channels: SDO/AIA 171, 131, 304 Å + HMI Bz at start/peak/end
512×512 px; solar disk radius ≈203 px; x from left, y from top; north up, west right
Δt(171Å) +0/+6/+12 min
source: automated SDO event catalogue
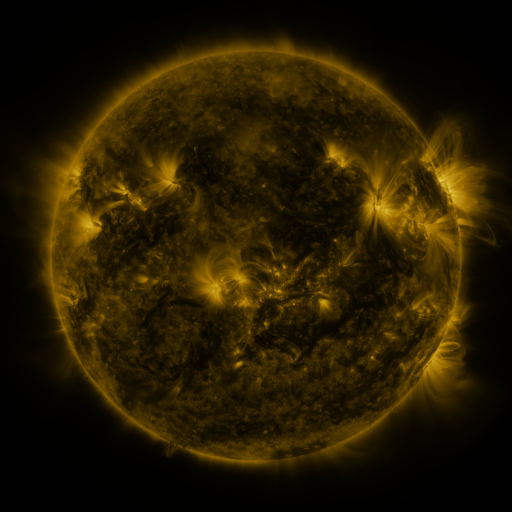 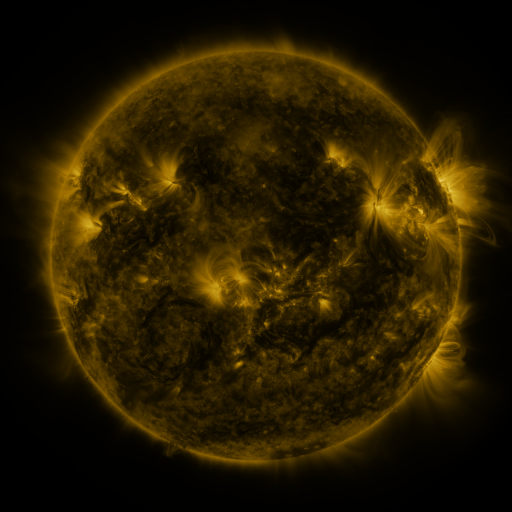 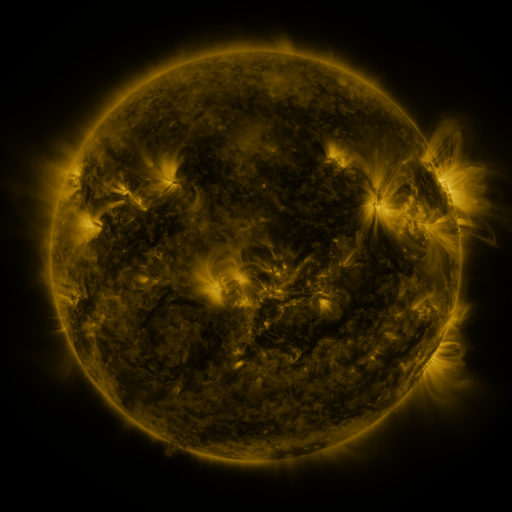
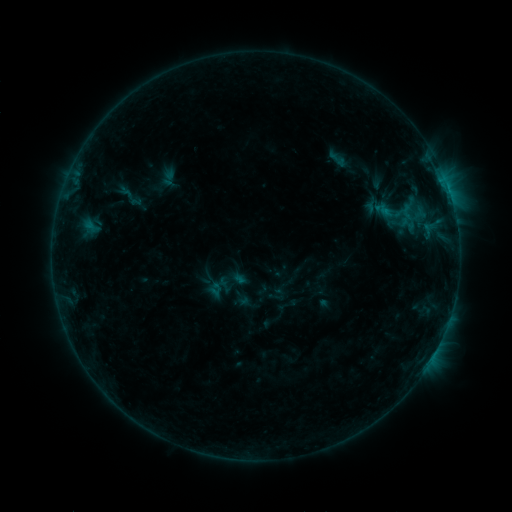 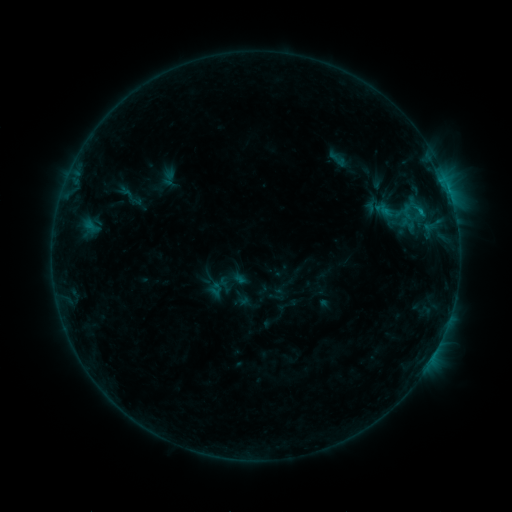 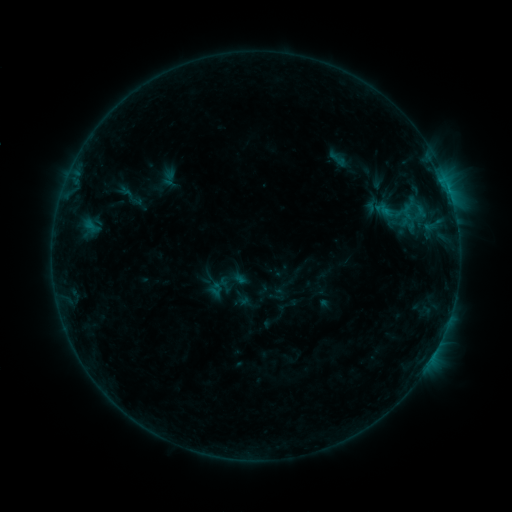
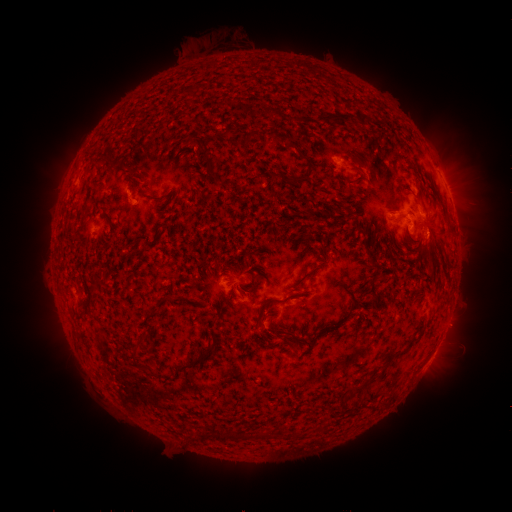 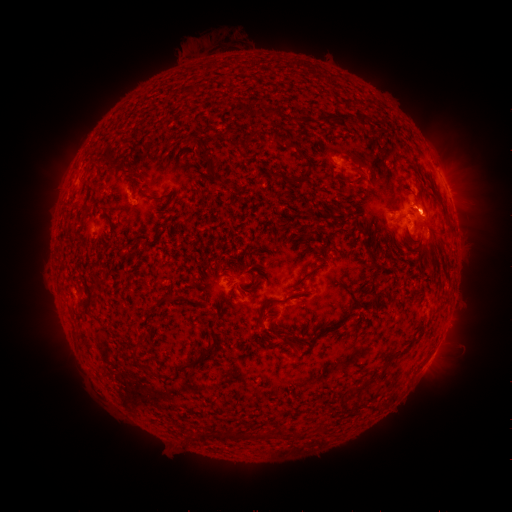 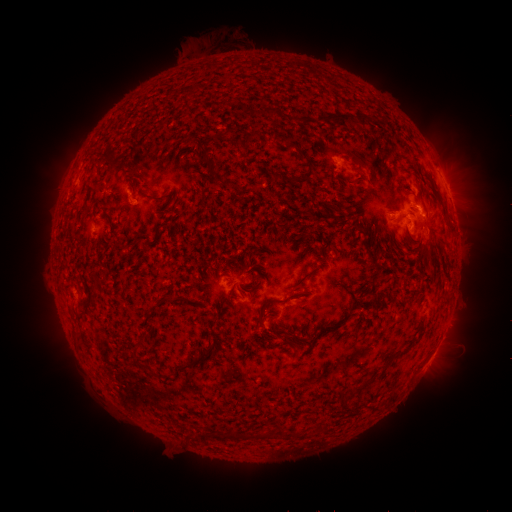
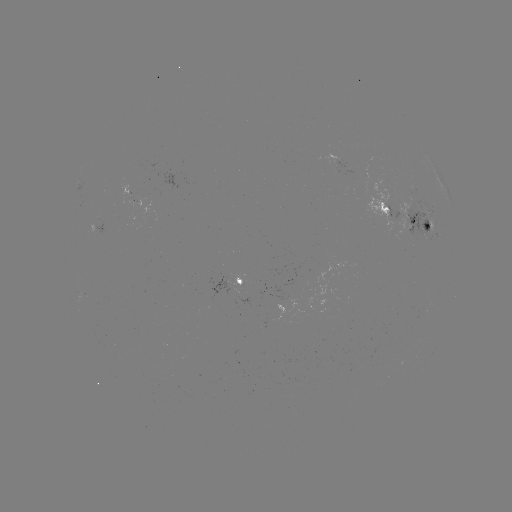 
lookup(eruption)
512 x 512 431,209